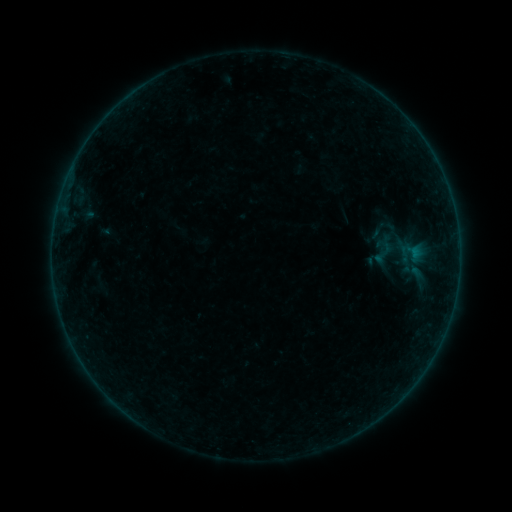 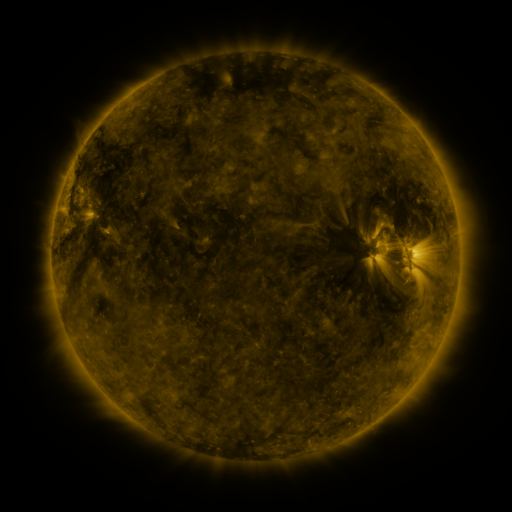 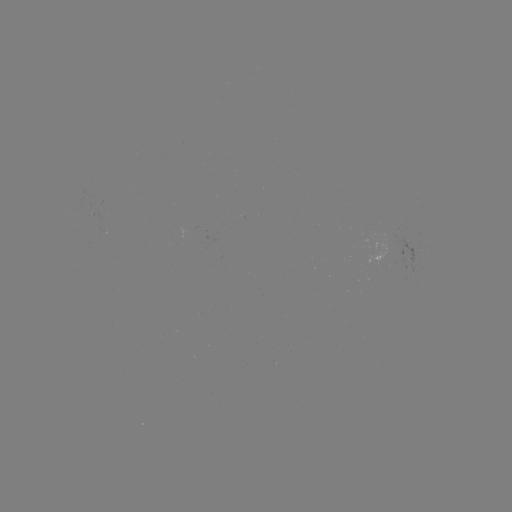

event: sigmoid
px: (384, 253)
